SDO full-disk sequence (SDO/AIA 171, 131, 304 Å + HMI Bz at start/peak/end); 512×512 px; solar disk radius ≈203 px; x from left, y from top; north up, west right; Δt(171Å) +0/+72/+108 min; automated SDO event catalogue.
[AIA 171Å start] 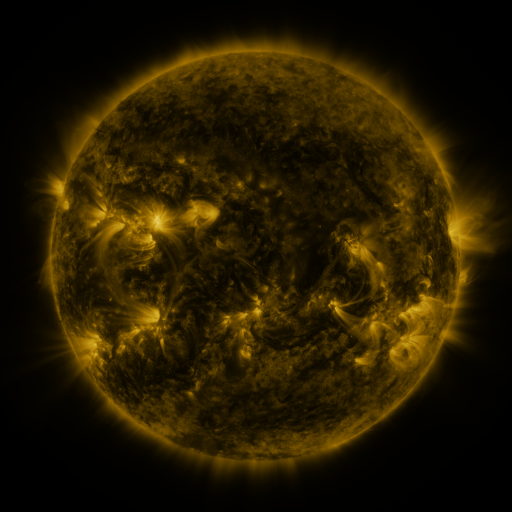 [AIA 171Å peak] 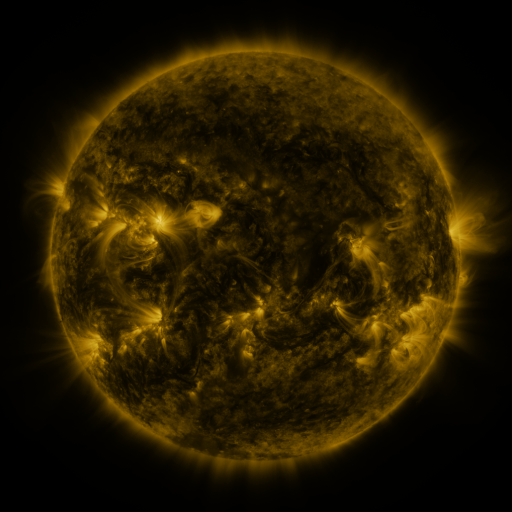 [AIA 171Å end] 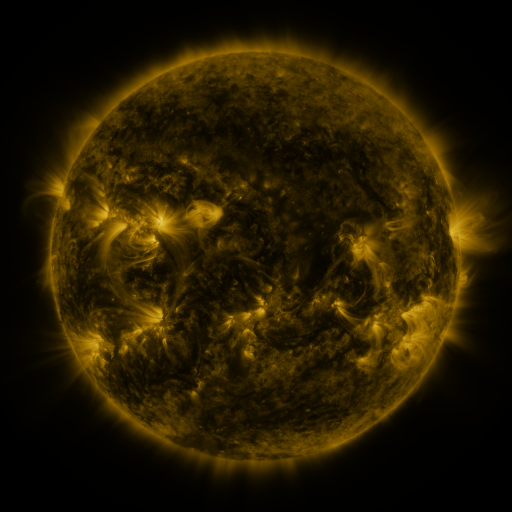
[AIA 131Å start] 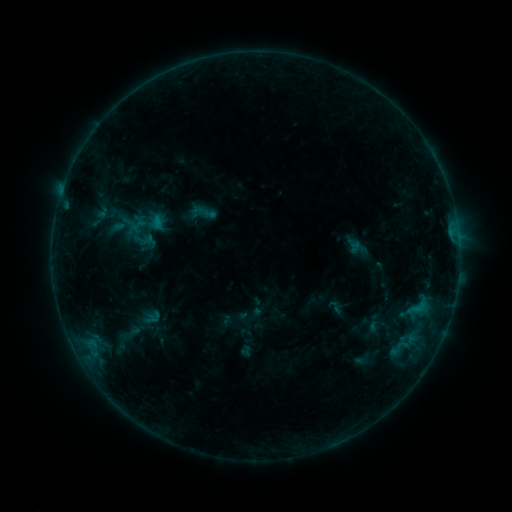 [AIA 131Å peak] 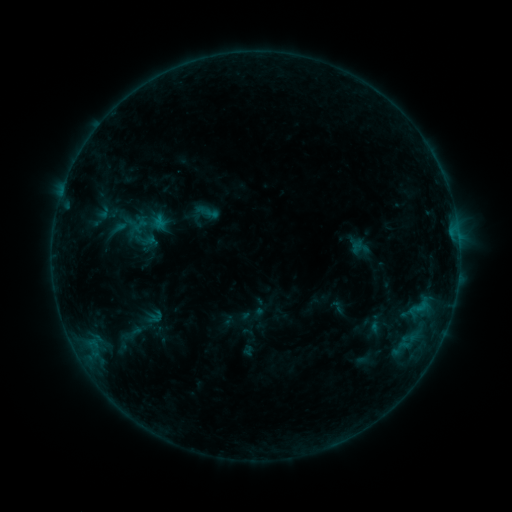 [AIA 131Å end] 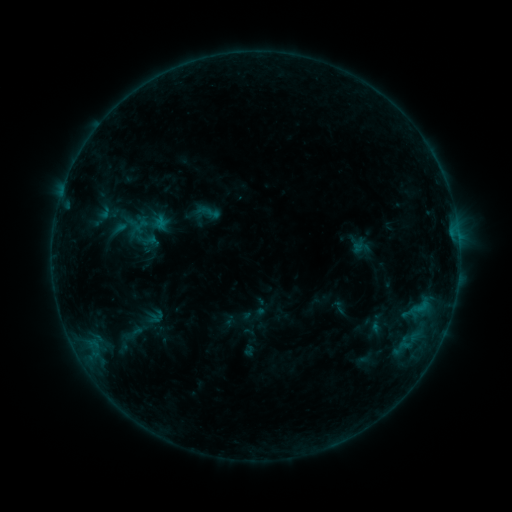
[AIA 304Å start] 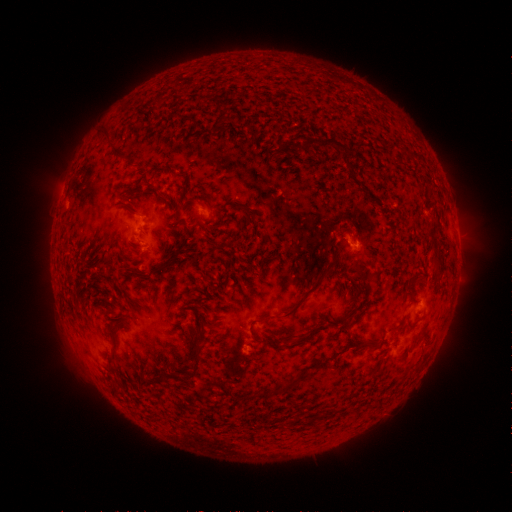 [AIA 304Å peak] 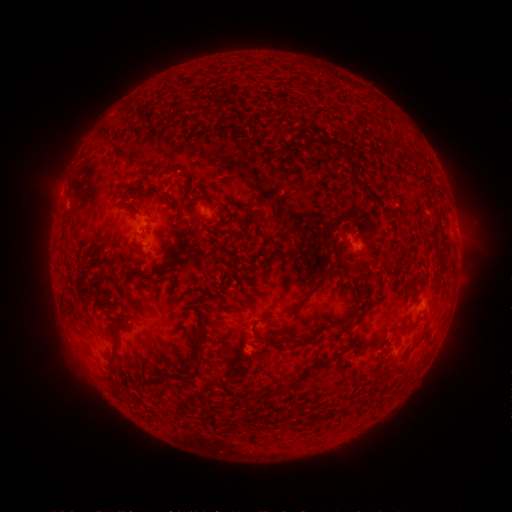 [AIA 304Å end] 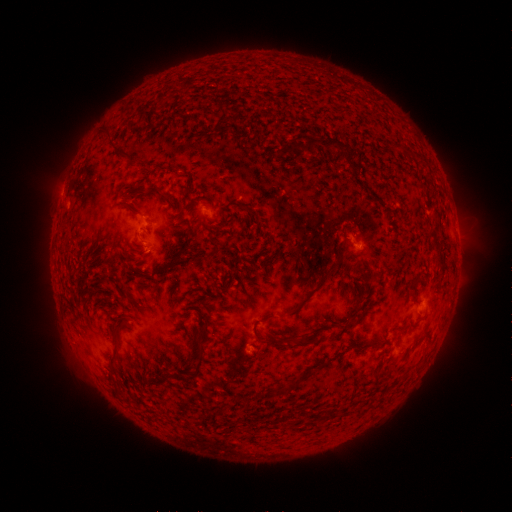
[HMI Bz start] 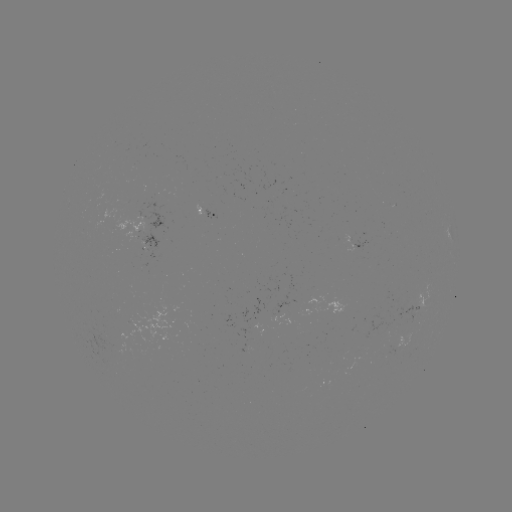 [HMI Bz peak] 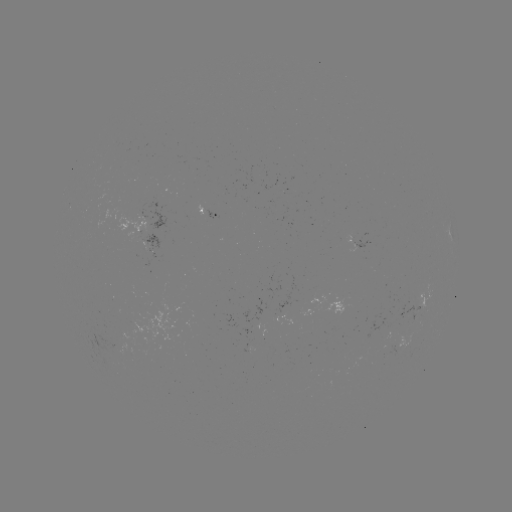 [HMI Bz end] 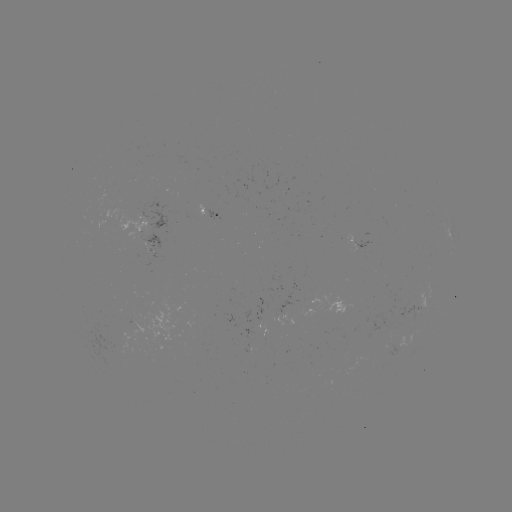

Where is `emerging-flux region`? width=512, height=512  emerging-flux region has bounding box [91, 334, 129, 353].